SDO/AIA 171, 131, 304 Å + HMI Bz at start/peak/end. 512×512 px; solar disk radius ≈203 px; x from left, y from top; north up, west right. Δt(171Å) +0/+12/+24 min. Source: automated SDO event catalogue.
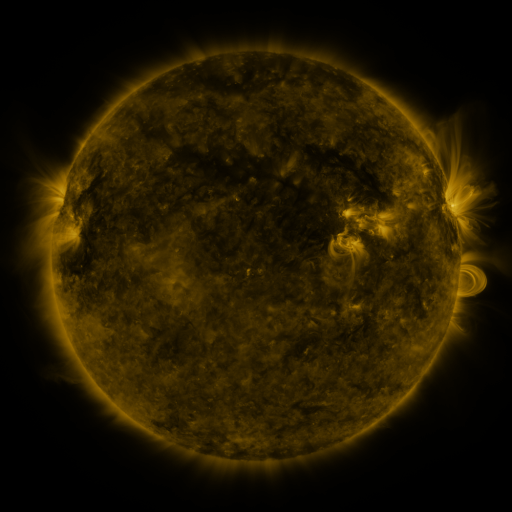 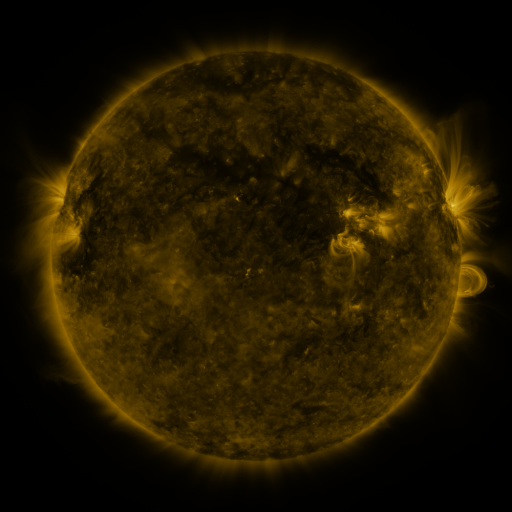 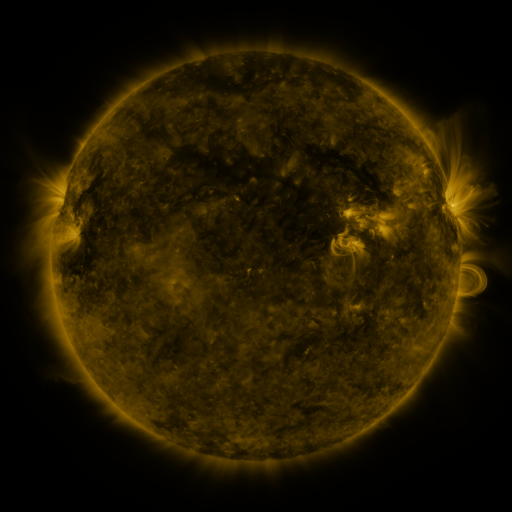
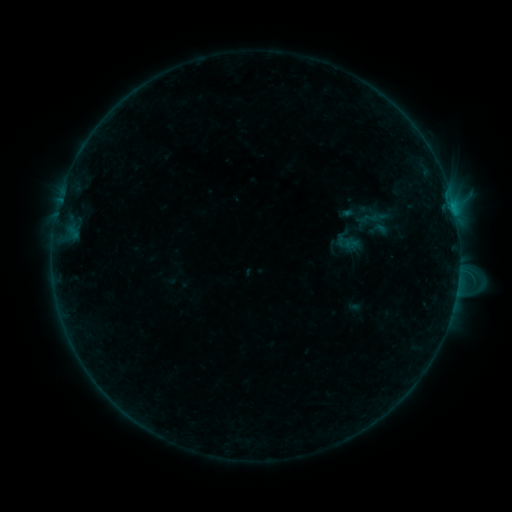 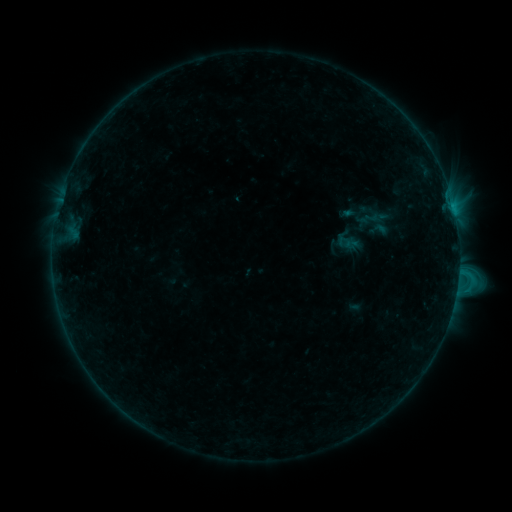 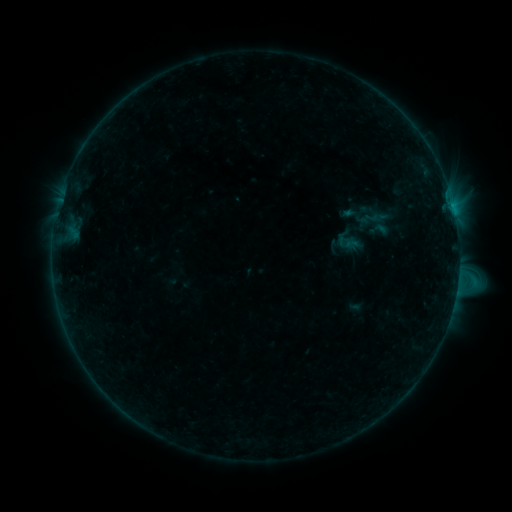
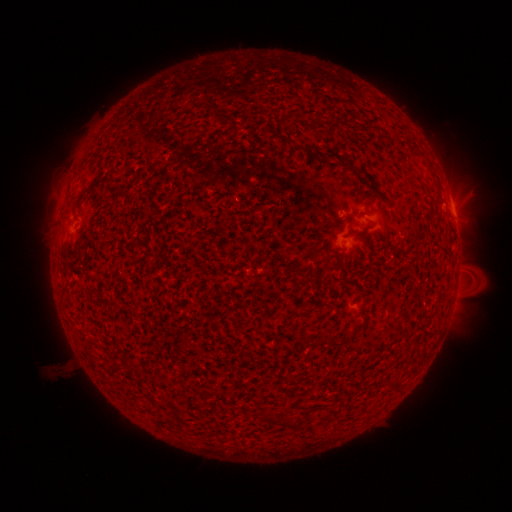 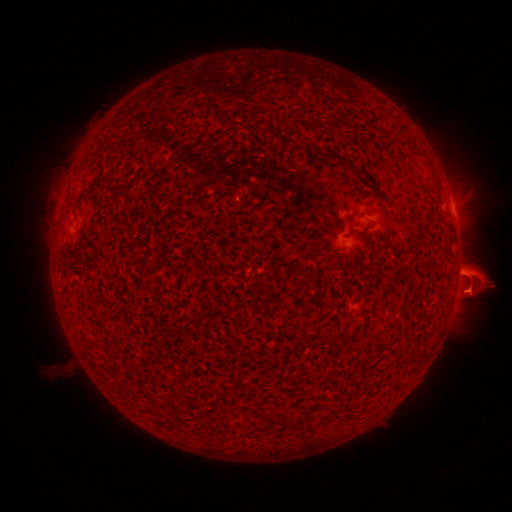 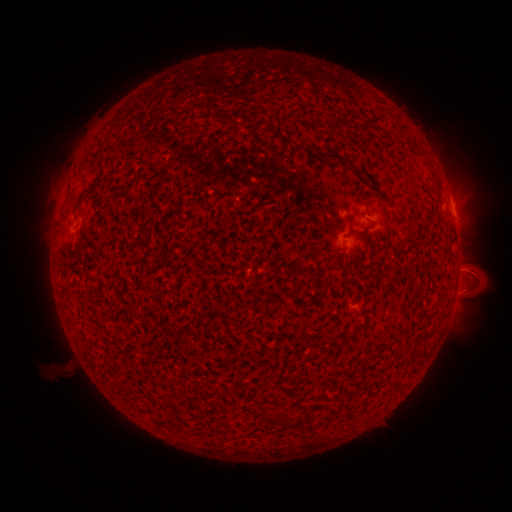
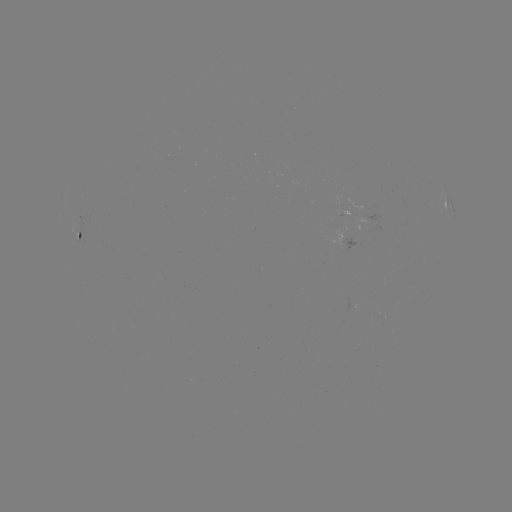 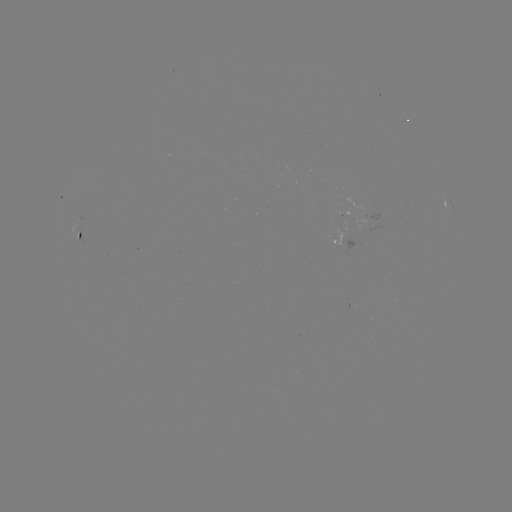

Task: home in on eruption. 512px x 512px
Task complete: [471, 277].